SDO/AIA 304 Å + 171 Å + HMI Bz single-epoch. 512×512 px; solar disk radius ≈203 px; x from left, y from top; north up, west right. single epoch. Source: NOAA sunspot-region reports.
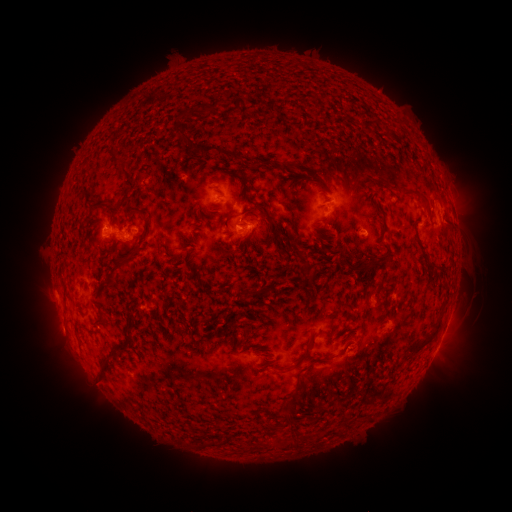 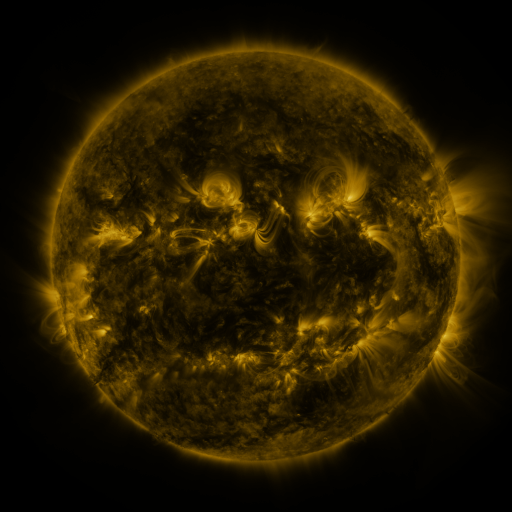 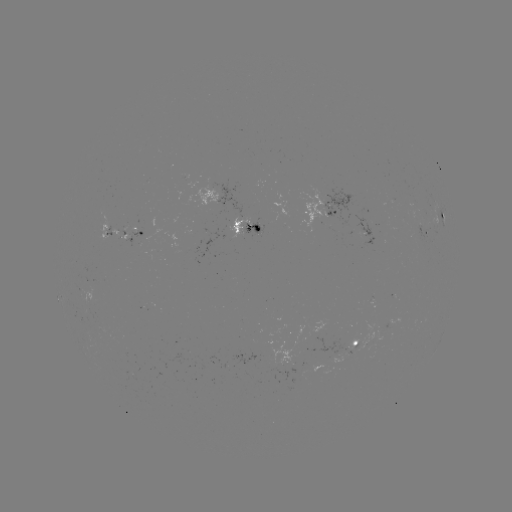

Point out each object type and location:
spotted active region: (219, 197)
spotted active region: (326, 210)
spotted active region: (444, 216)
spotted active region: (424, 225)
spotted active region: (245, 228)
spotted active region: (134, 234)
spotted active region: (369, 238)
spotted active region: (358, 342)
